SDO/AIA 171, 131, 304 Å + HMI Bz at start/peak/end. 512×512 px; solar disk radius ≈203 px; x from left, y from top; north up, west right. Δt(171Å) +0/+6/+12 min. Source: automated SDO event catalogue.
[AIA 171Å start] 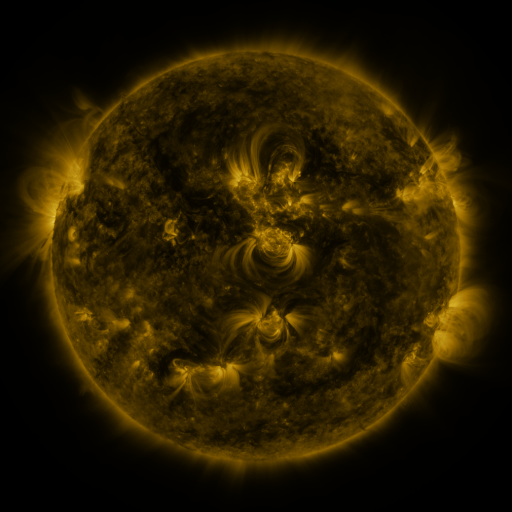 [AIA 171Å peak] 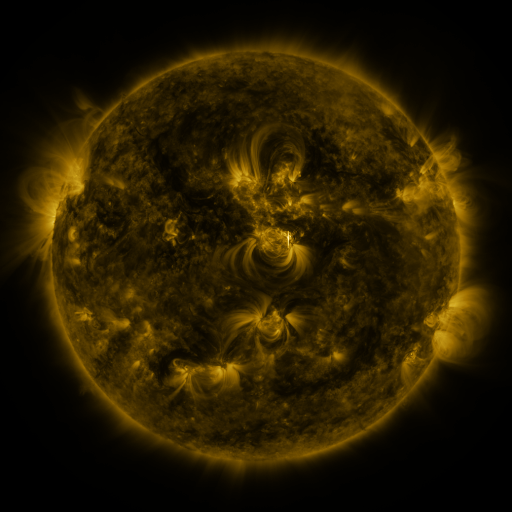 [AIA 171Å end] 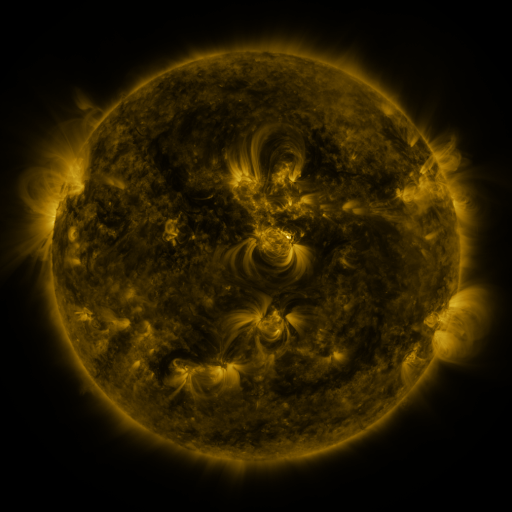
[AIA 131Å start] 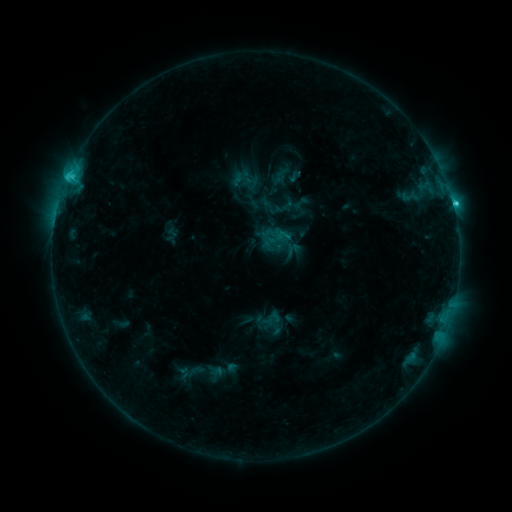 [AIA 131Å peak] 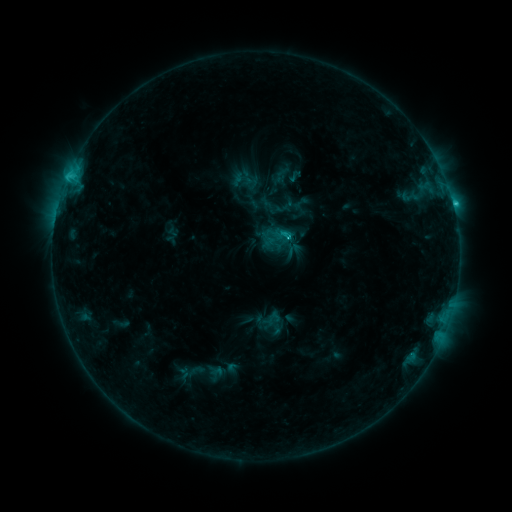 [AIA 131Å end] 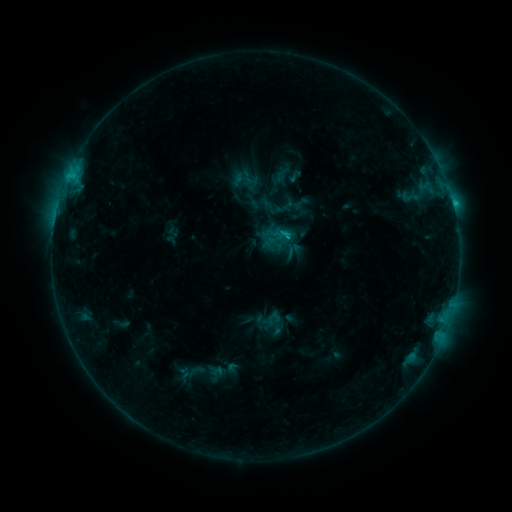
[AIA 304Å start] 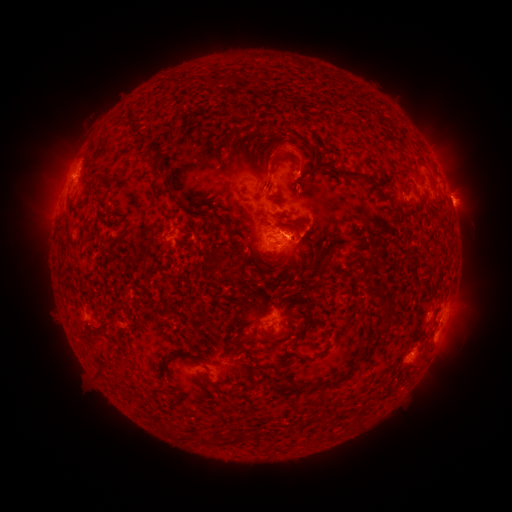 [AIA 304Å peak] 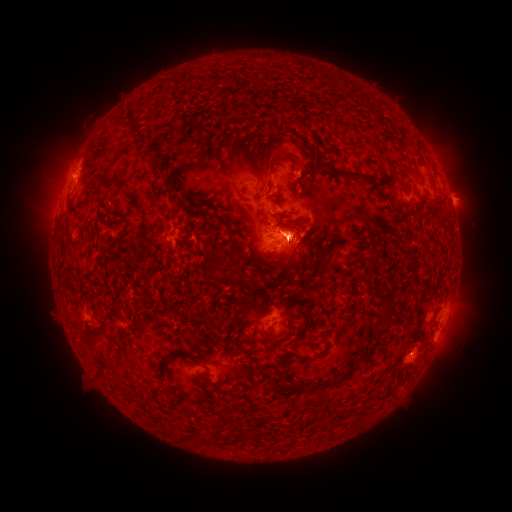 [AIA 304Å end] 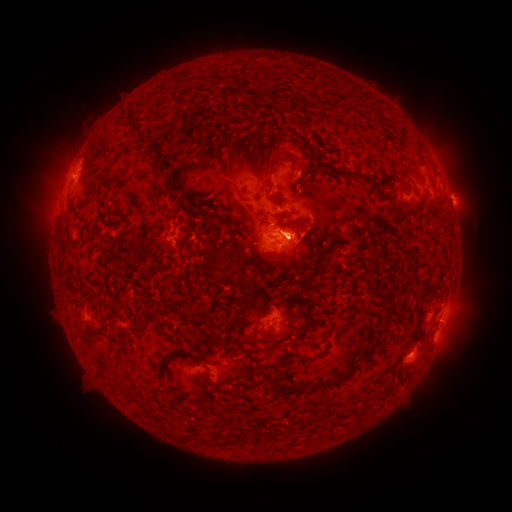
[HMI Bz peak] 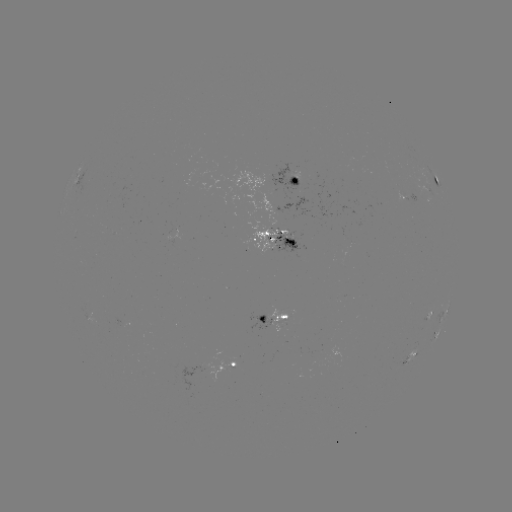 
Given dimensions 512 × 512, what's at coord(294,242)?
eruption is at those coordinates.